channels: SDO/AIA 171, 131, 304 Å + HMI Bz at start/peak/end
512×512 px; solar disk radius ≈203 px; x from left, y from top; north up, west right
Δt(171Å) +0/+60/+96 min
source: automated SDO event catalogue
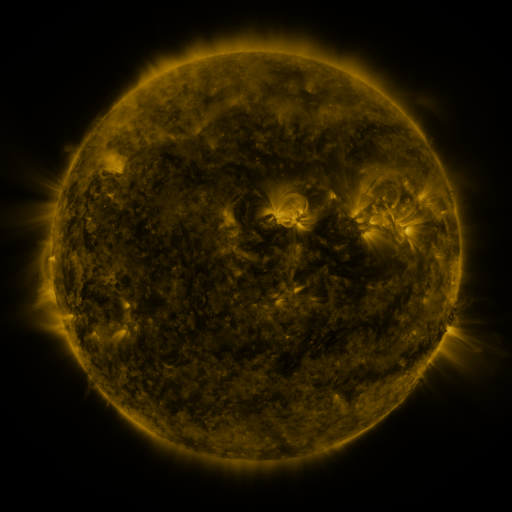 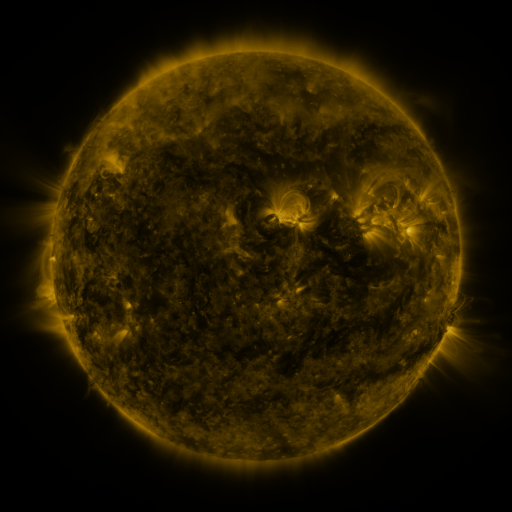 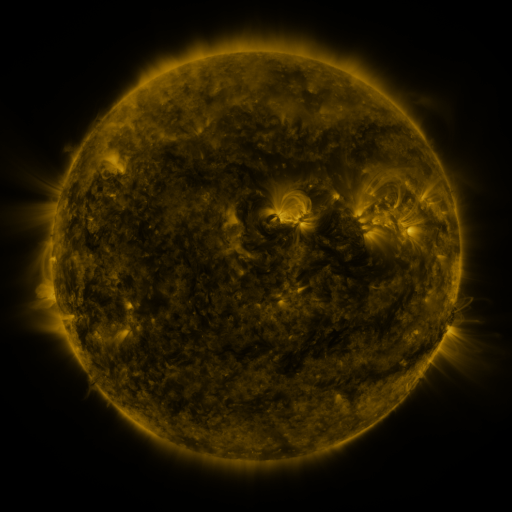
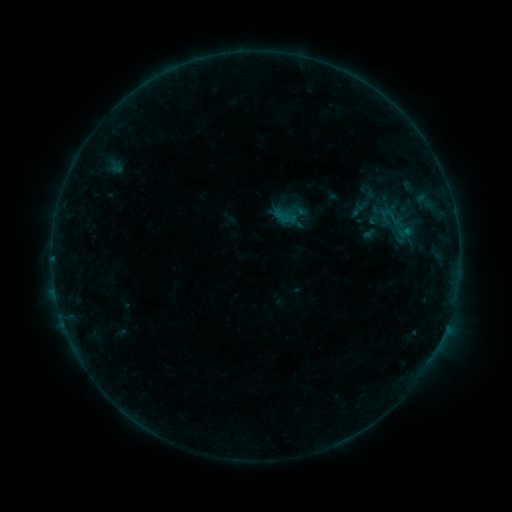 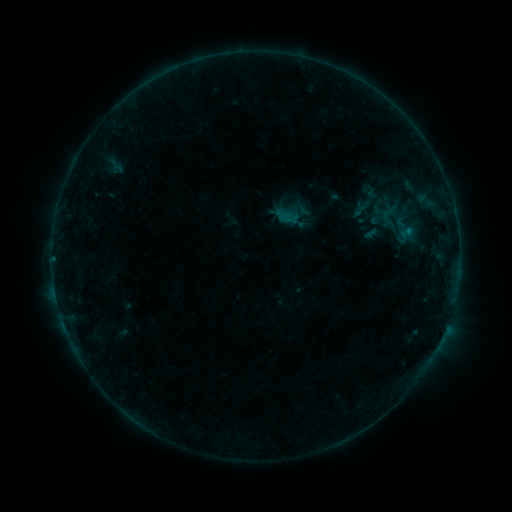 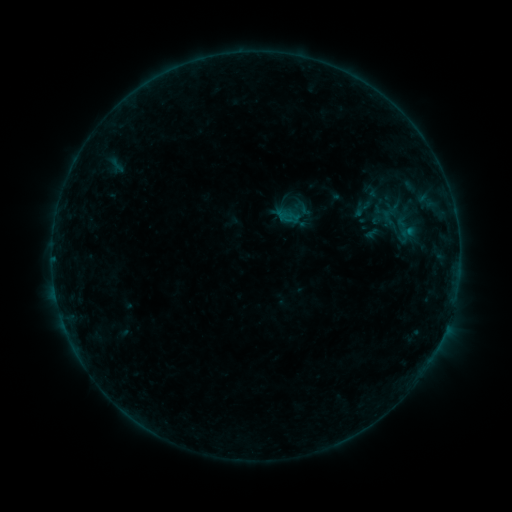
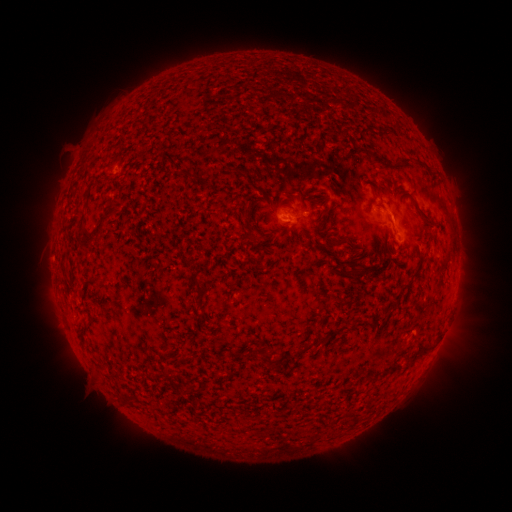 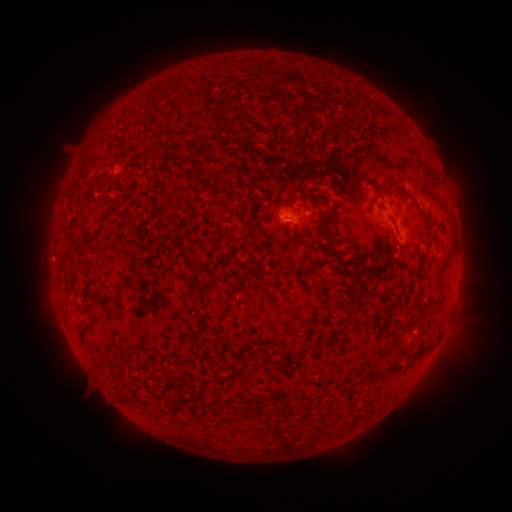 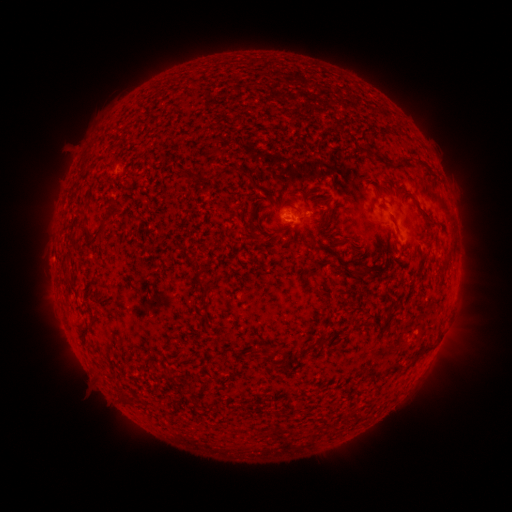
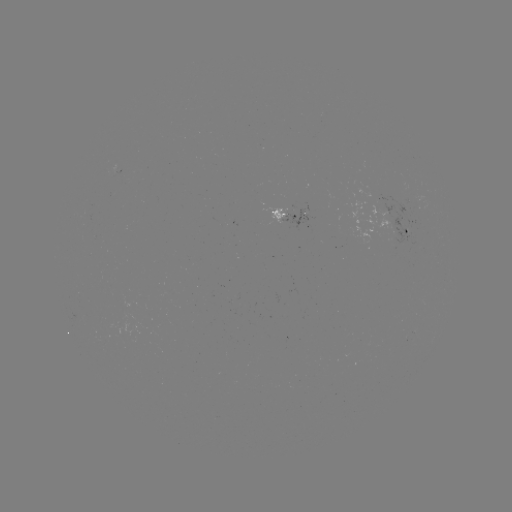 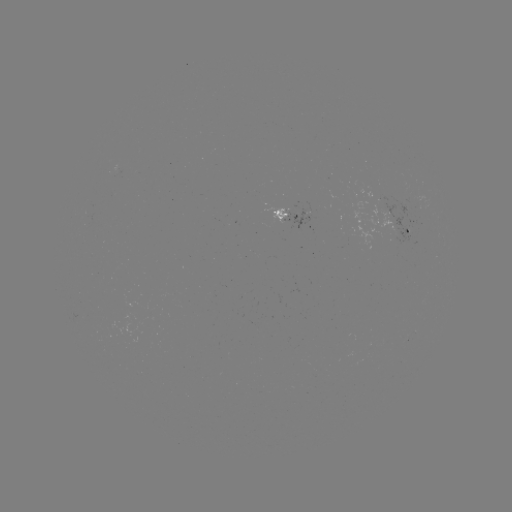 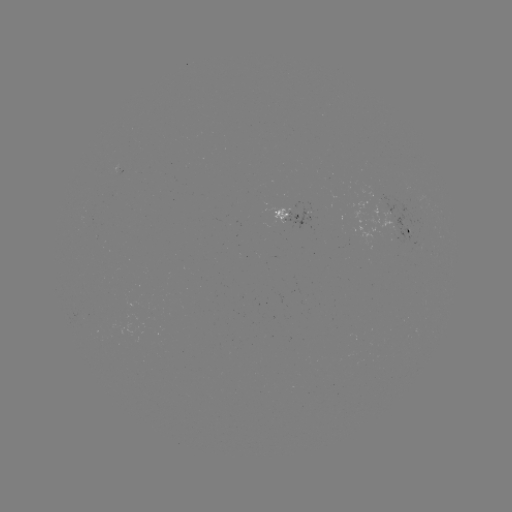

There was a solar emerging-flux region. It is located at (294, 212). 